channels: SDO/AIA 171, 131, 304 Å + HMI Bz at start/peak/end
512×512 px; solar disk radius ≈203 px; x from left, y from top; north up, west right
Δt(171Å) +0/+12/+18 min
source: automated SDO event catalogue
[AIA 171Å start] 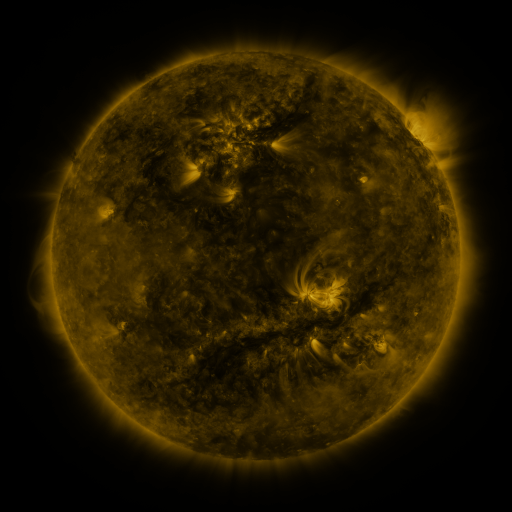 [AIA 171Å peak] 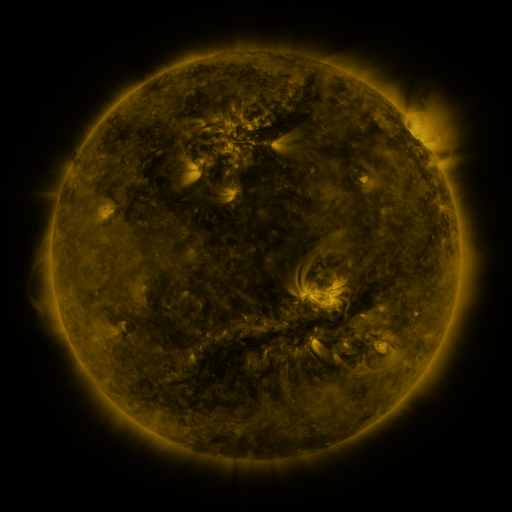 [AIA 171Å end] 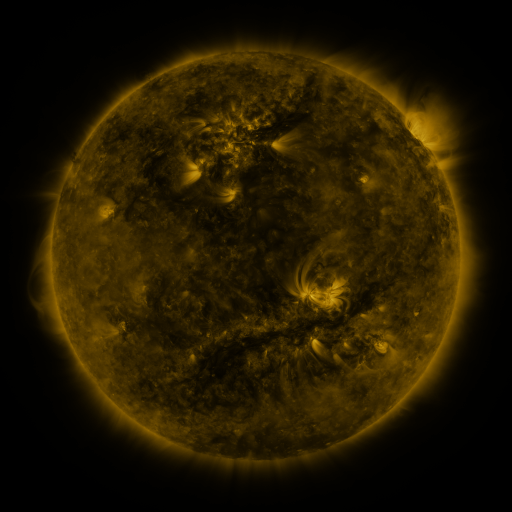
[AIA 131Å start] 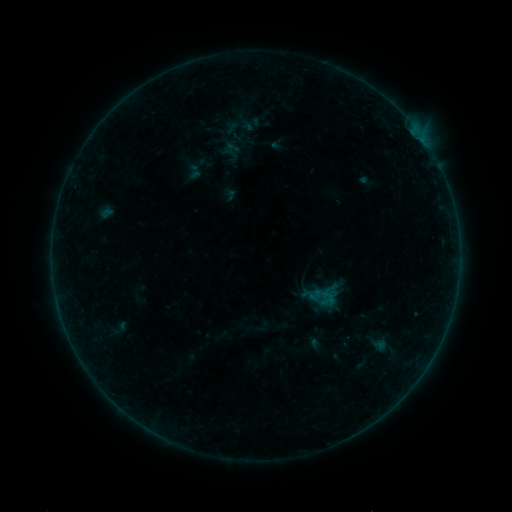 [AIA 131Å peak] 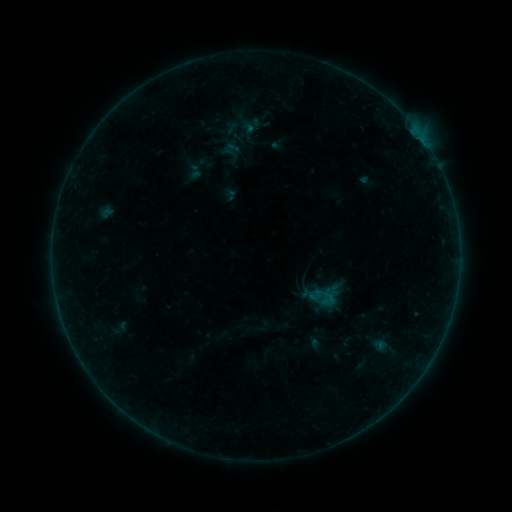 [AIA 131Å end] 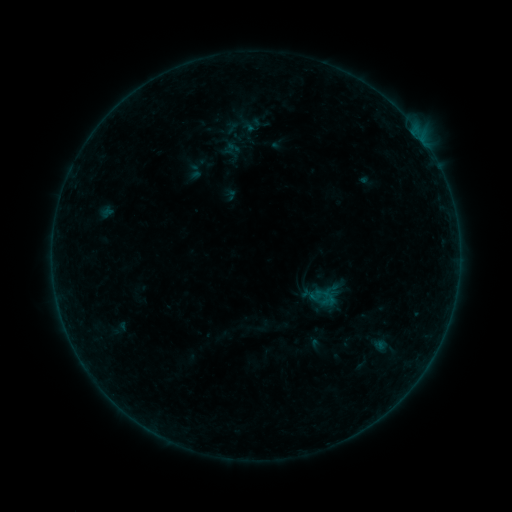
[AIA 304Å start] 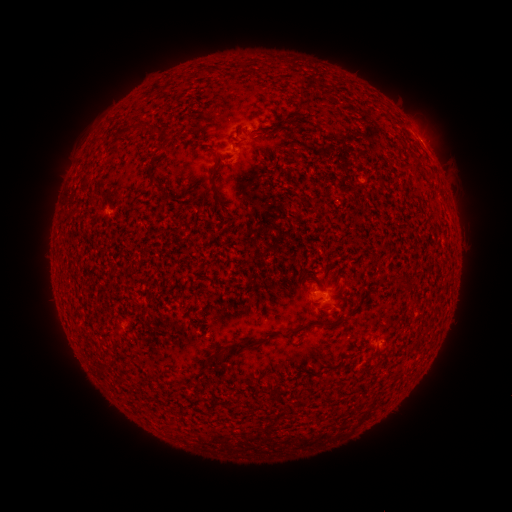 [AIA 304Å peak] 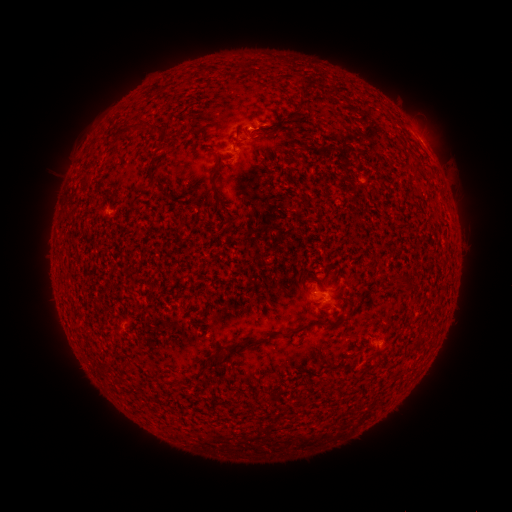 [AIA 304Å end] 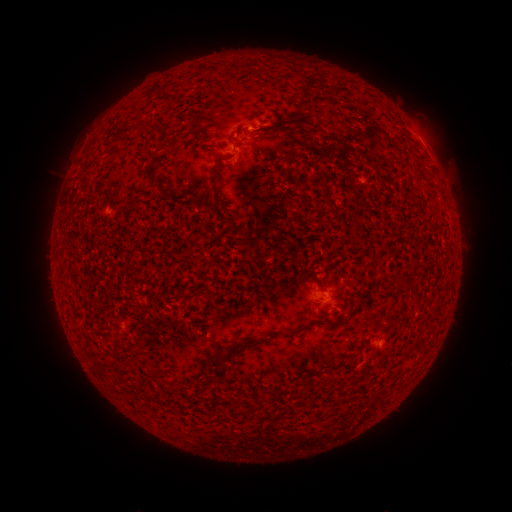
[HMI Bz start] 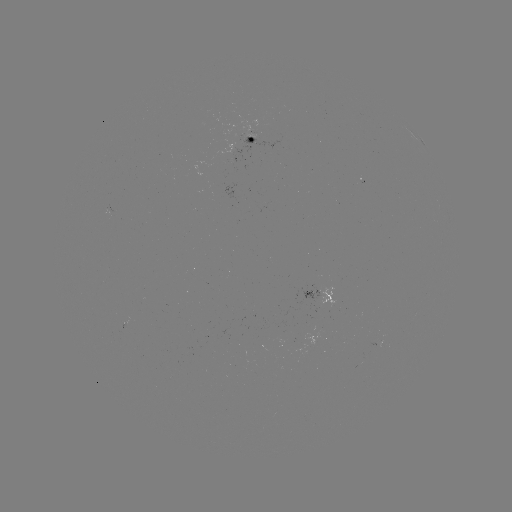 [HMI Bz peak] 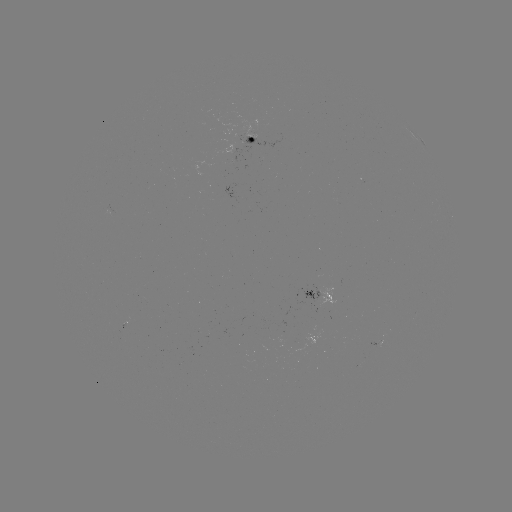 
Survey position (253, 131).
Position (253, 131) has B1.8 flare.